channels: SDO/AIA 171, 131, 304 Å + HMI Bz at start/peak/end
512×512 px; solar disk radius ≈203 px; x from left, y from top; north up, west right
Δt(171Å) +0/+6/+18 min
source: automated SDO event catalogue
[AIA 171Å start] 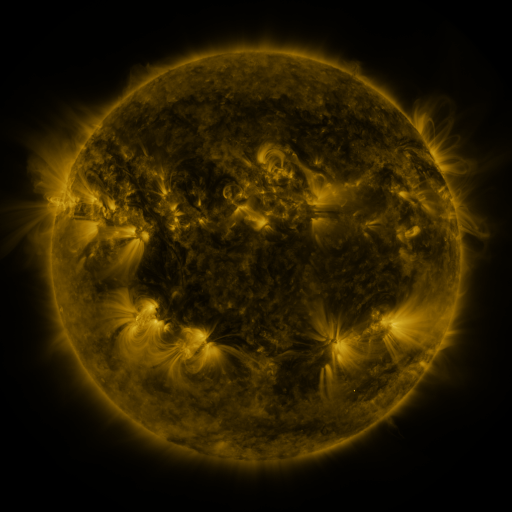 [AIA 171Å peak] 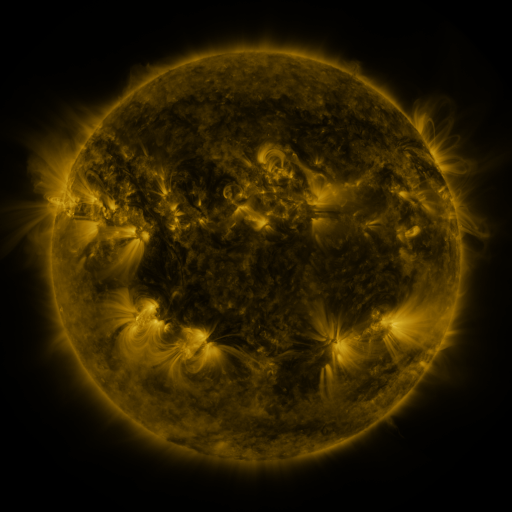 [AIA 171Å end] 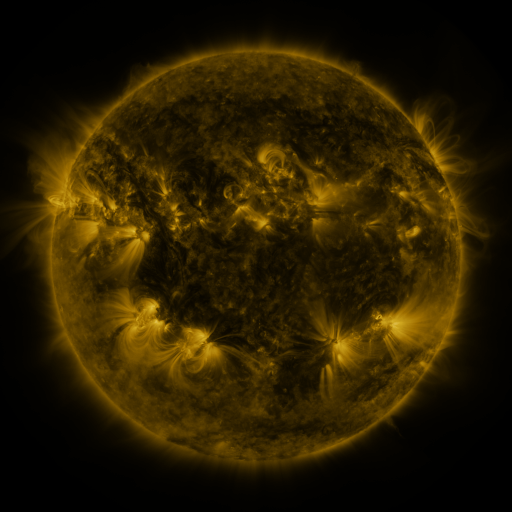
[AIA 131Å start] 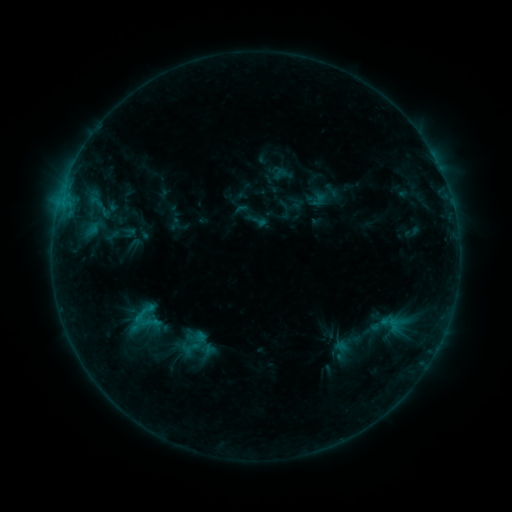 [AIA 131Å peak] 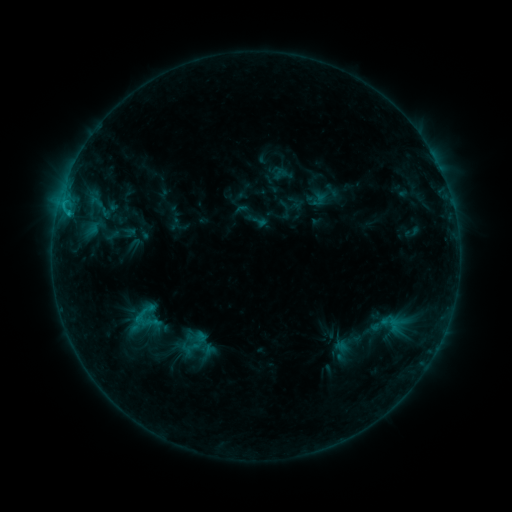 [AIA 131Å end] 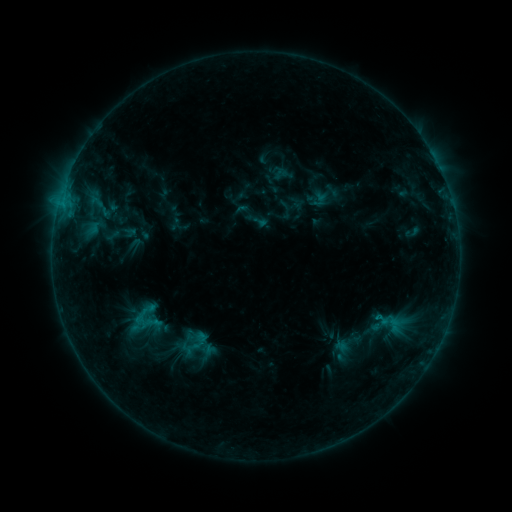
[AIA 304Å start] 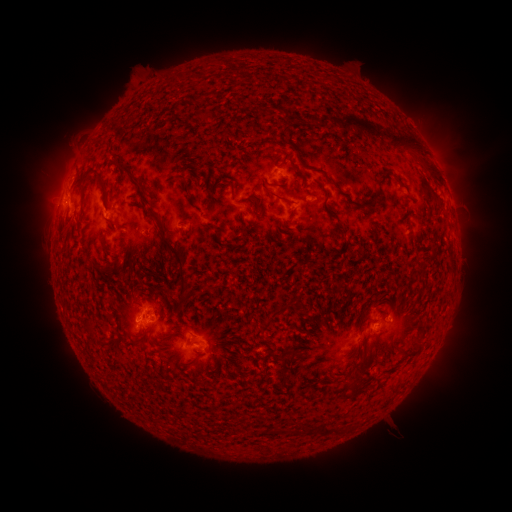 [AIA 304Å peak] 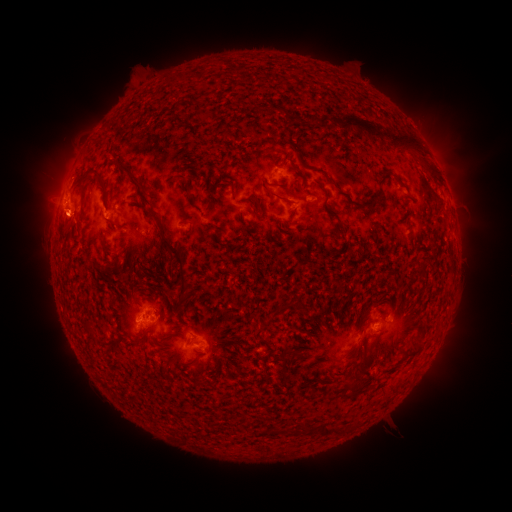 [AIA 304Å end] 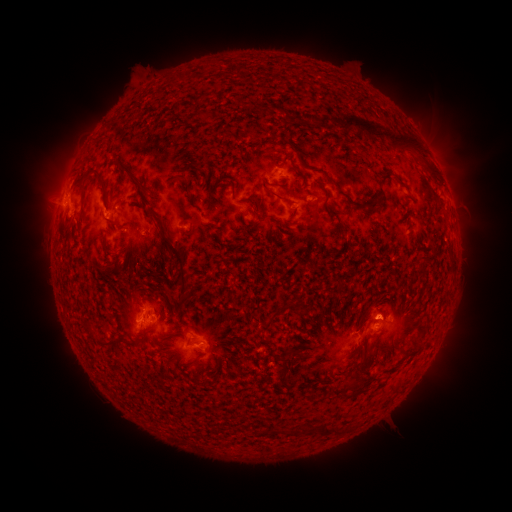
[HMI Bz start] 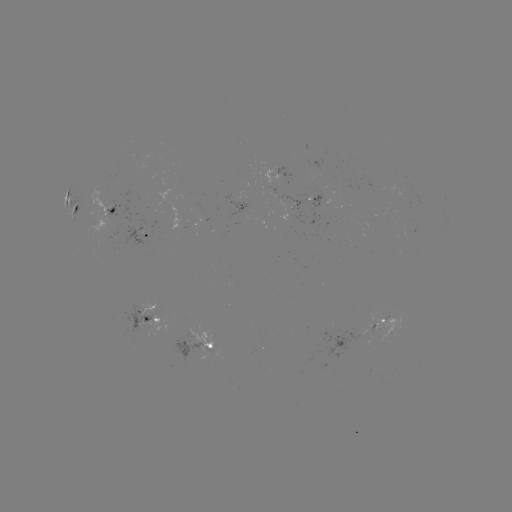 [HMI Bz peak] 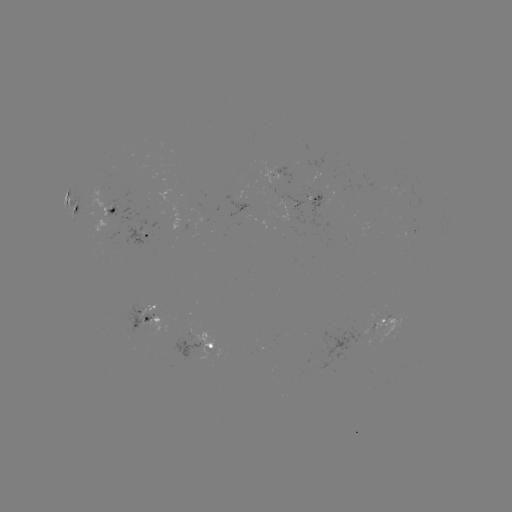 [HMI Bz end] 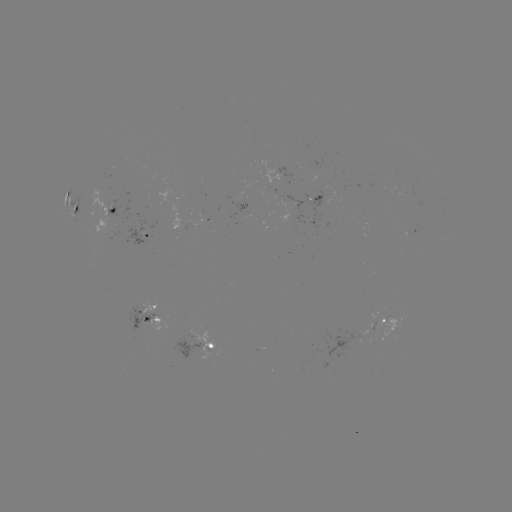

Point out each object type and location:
C1.0 flare: (67, 216)
